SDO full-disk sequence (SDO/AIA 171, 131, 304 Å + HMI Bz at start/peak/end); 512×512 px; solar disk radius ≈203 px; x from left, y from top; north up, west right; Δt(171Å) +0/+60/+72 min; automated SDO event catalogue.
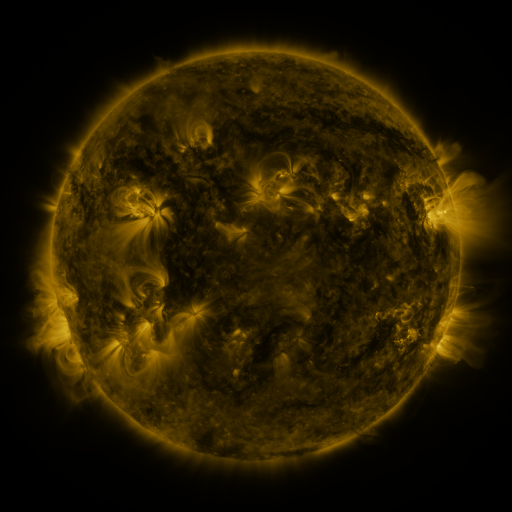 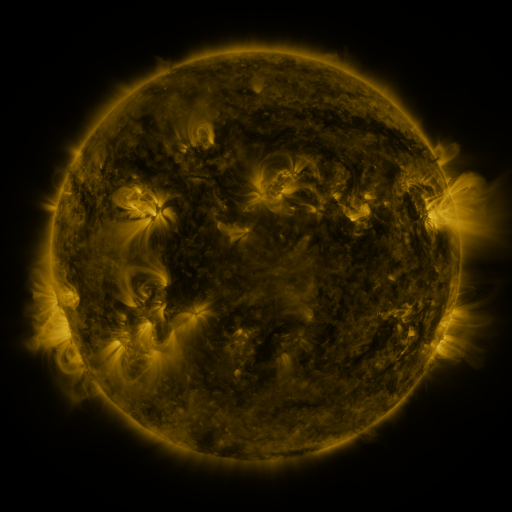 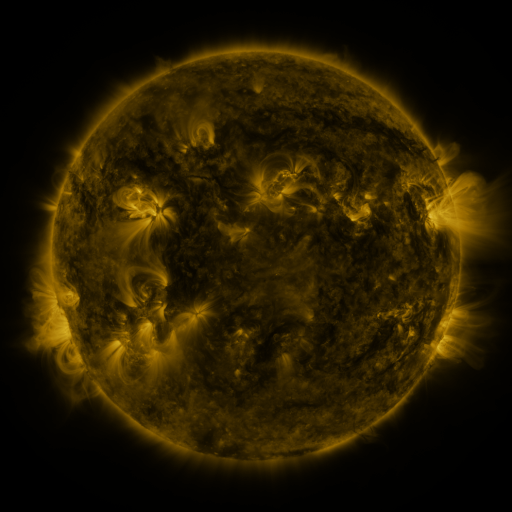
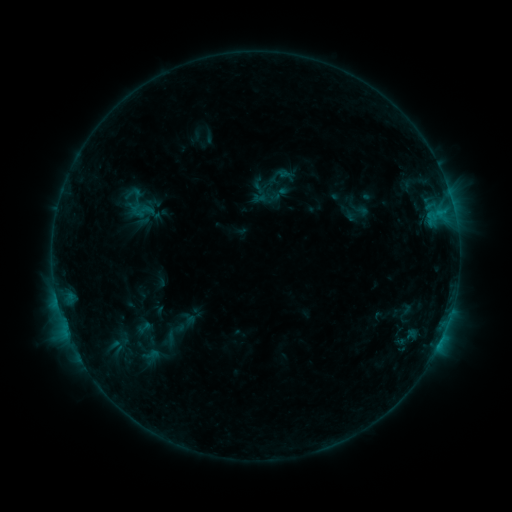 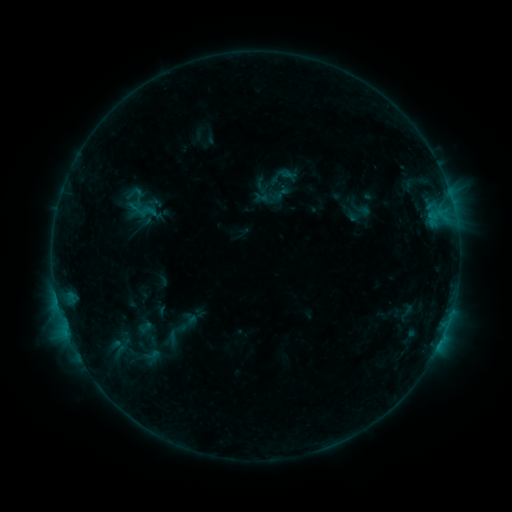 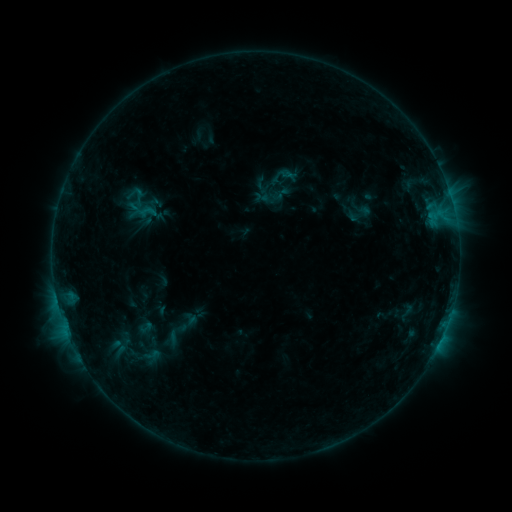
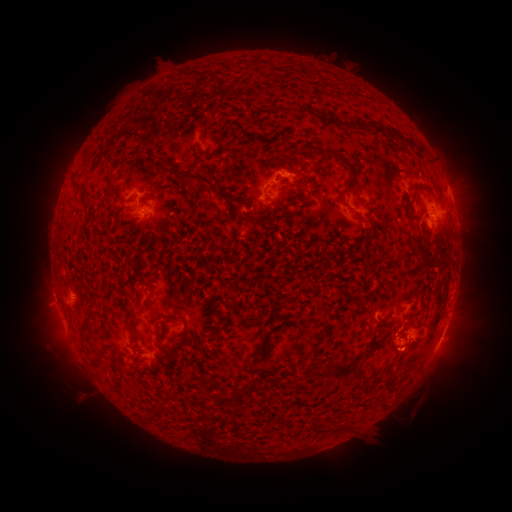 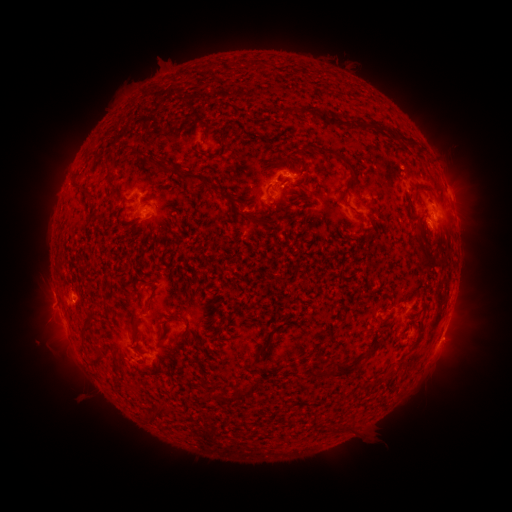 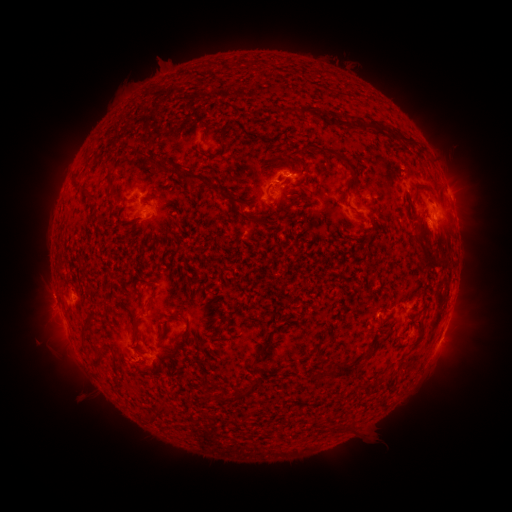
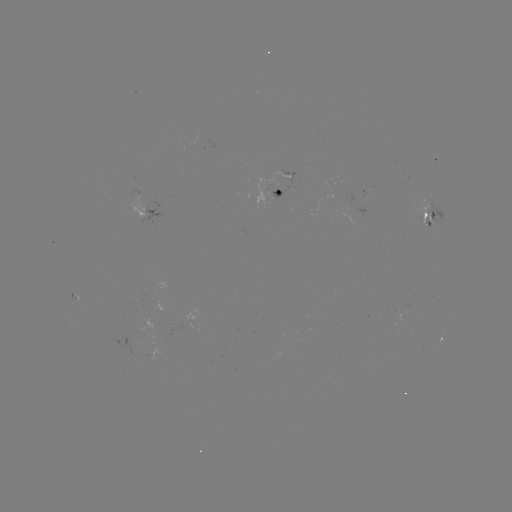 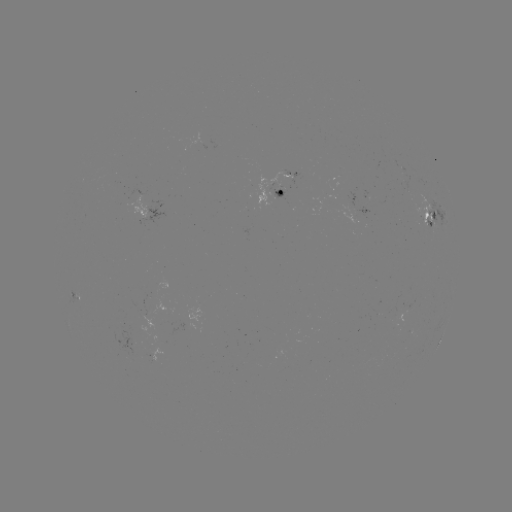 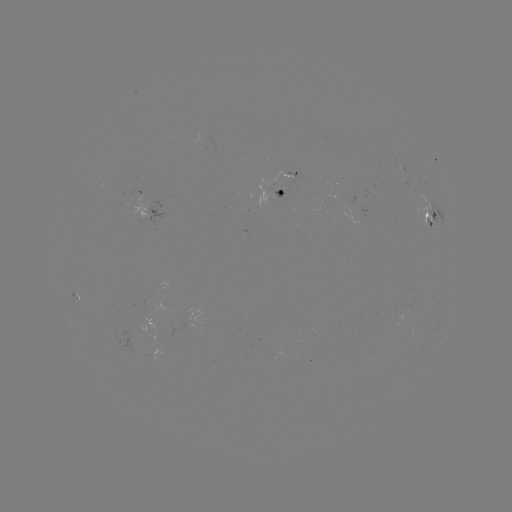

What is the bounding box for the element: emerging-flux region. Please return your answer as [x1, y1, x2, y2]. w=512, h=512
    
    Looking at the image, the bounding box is [253, 172, 295, 210].